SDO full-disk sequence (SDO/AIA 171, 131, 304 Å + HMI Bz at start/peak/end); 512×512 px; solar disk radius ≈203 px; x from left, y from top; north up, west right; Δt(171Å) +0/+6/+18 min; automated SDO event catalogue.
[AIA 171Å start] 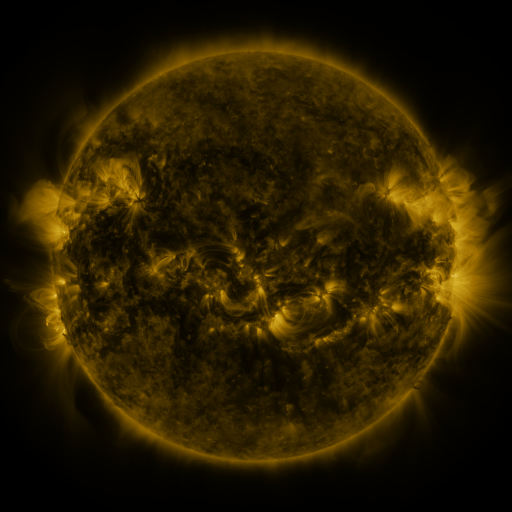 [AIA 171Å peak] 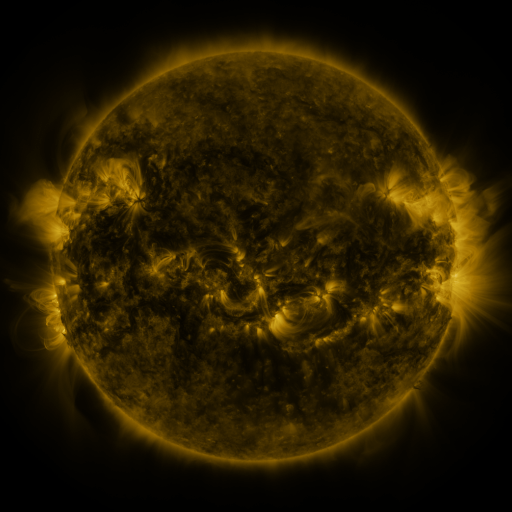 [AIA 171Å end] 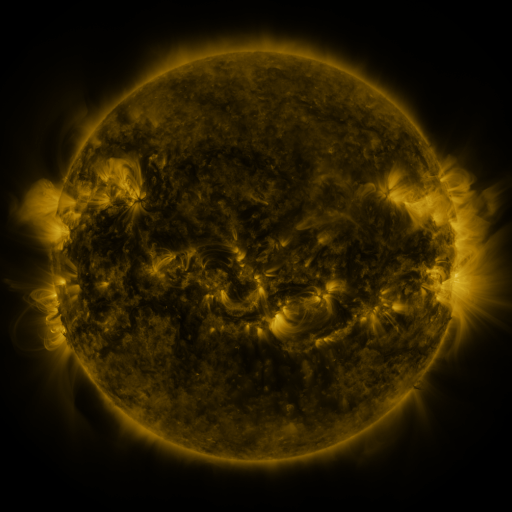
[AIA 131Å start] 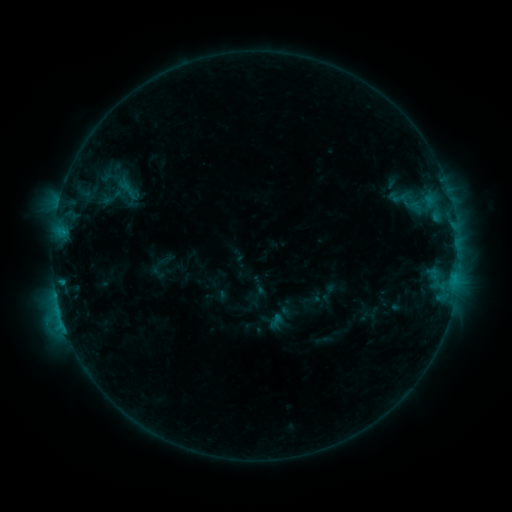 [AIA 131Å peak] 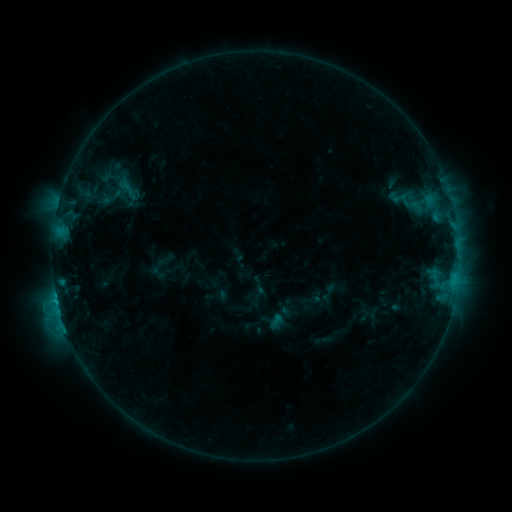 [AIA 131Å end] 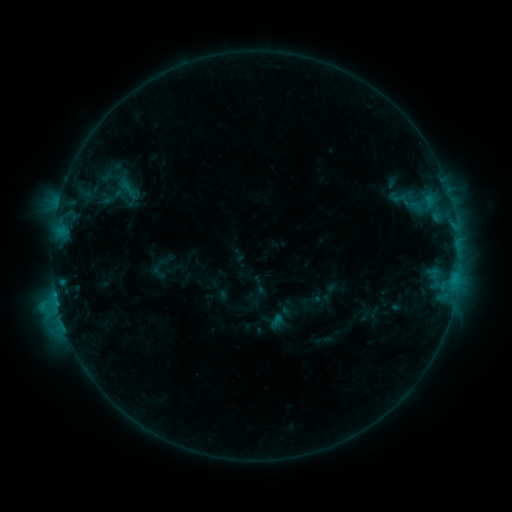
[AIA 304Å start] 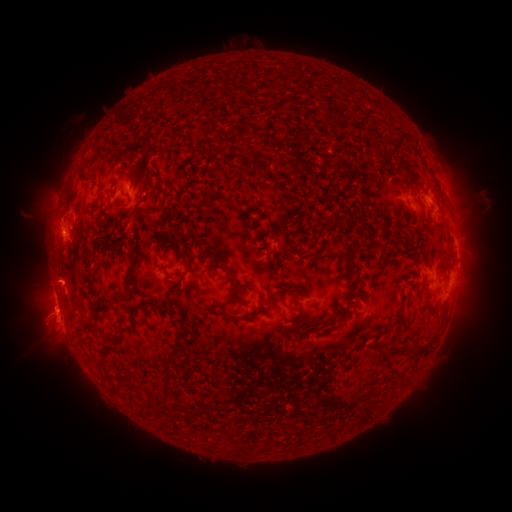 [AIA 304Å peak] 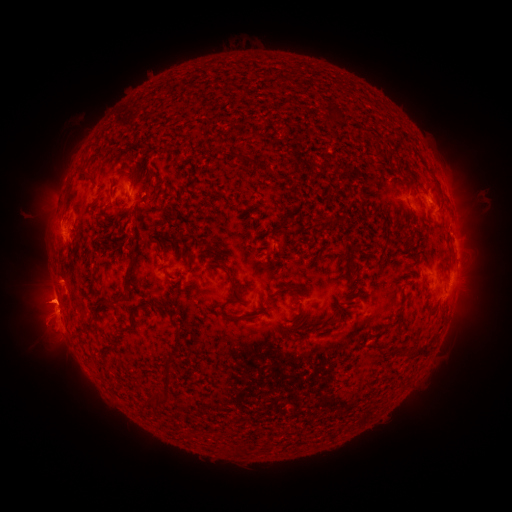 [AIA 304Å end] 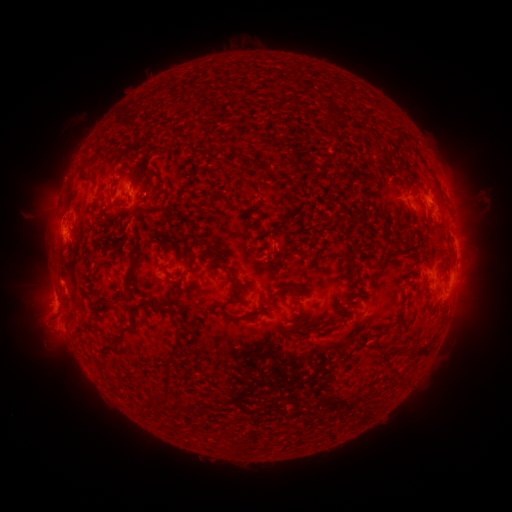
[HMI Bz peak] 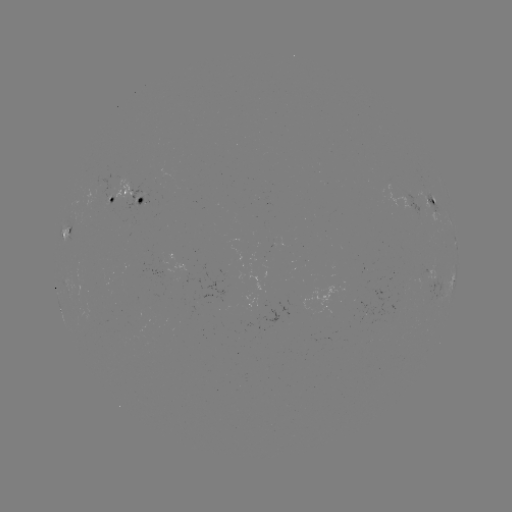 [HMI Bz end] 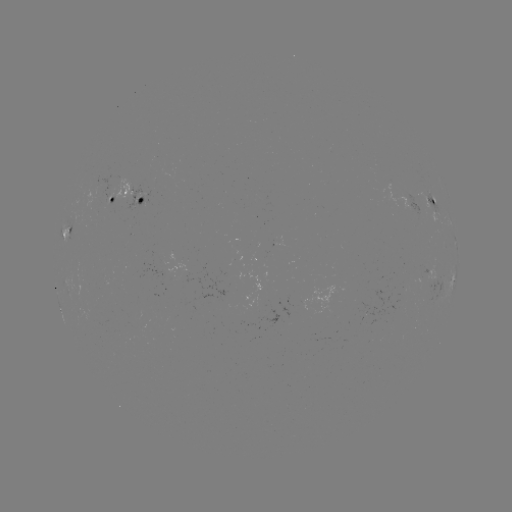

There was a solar flare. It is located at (57, 297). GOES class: C1.7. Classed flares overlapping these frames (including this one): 1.